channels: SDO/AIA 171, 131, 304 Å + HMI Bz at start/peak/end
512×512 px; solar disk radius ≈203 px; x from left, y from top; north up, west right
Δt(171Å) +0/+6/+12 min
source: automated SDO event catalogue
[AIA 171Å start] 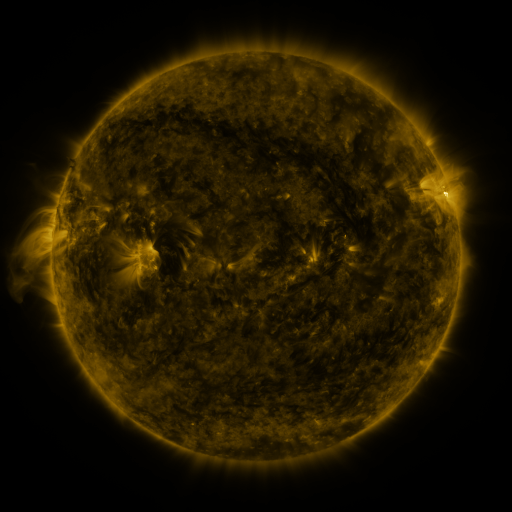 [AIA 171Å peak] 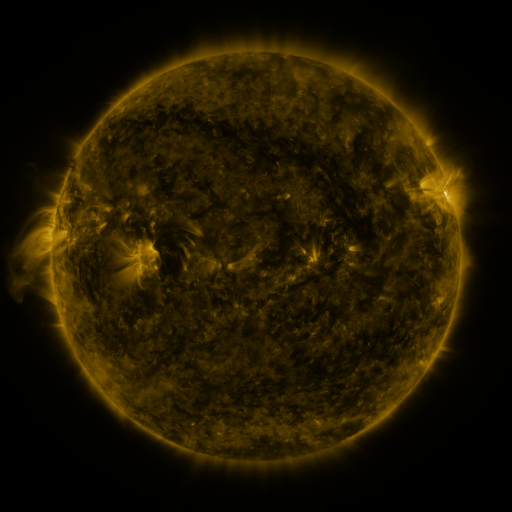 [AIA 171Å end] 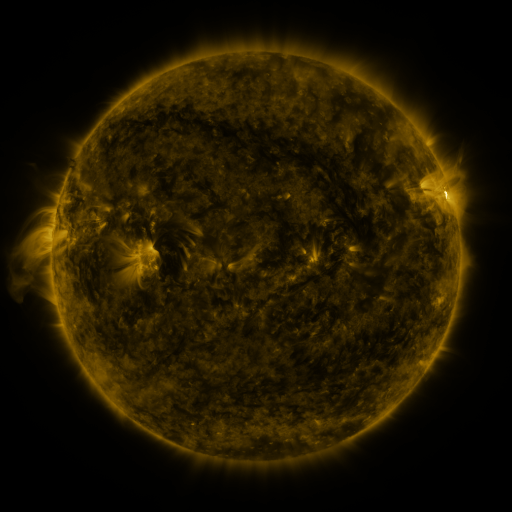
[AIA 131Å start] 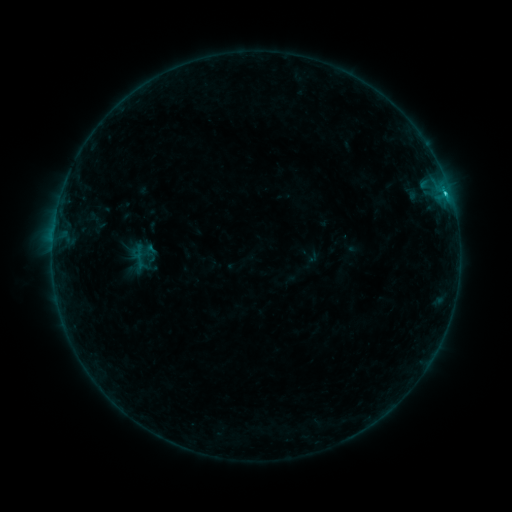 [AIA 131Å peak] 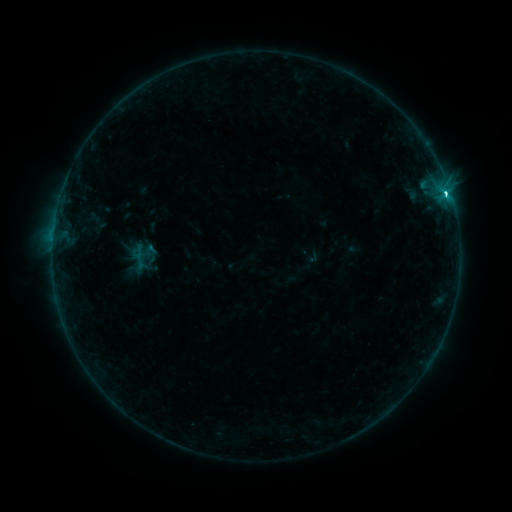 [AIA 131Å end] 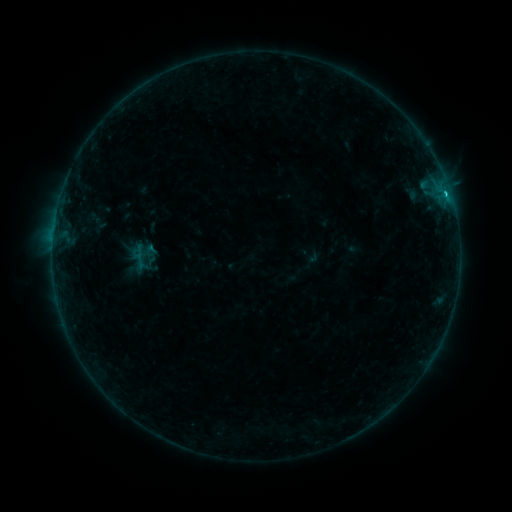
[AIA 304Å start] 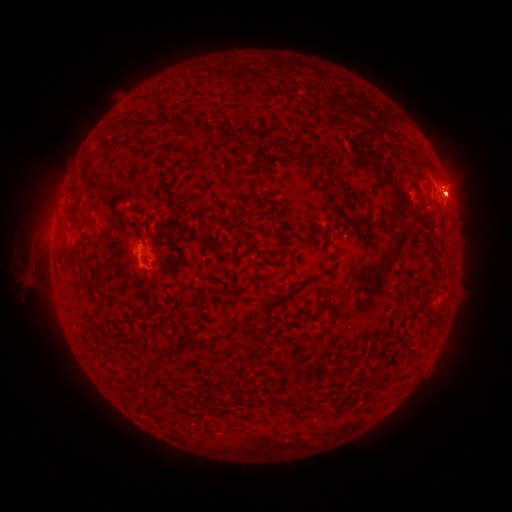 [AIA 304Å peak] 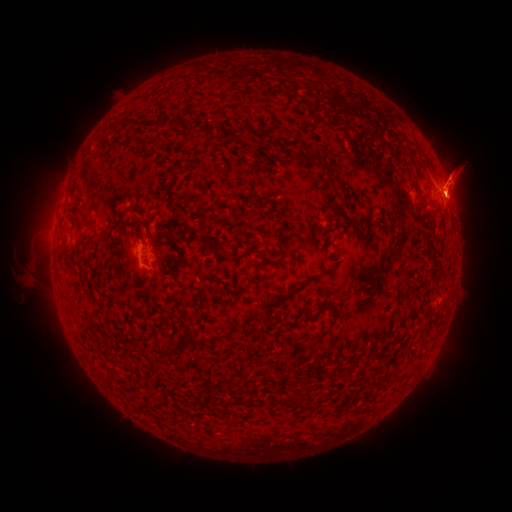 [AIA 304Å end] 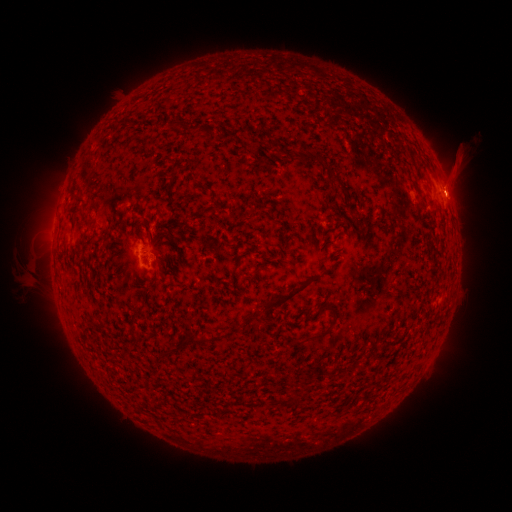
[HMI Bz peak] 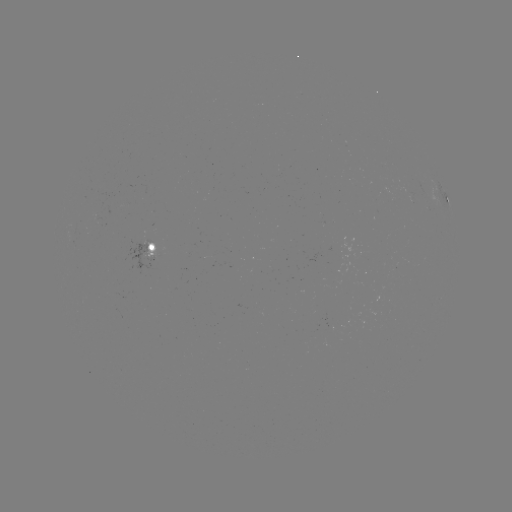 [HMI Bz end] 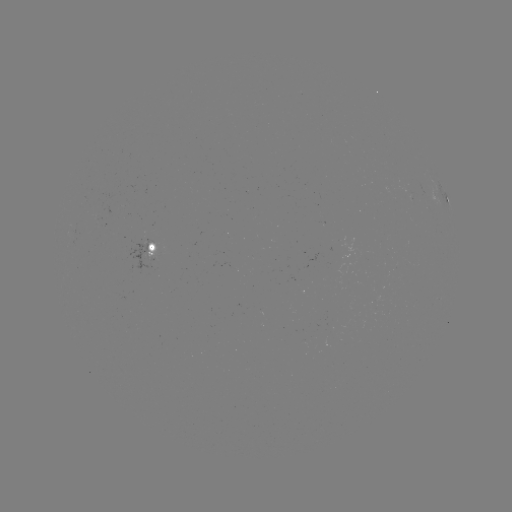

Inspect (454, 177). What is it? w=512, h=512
eruption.